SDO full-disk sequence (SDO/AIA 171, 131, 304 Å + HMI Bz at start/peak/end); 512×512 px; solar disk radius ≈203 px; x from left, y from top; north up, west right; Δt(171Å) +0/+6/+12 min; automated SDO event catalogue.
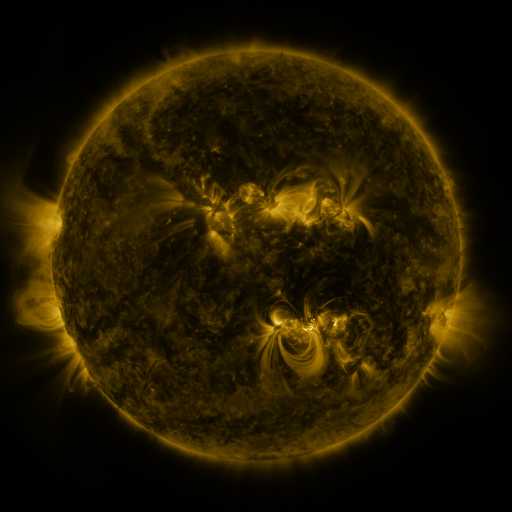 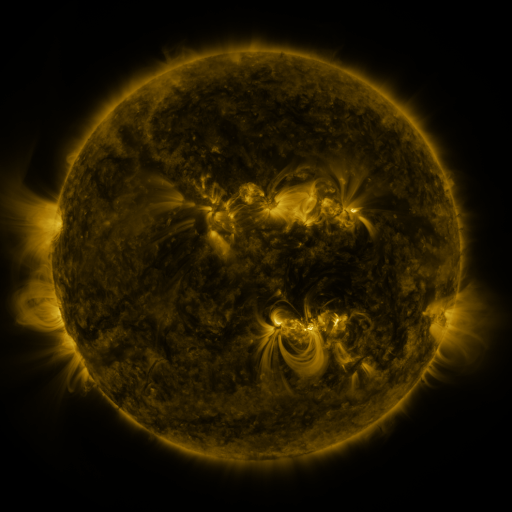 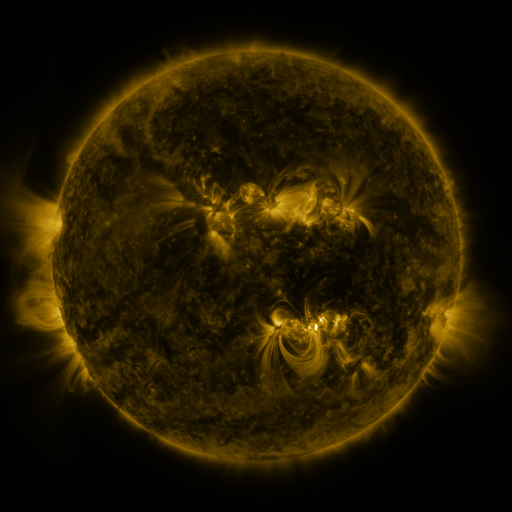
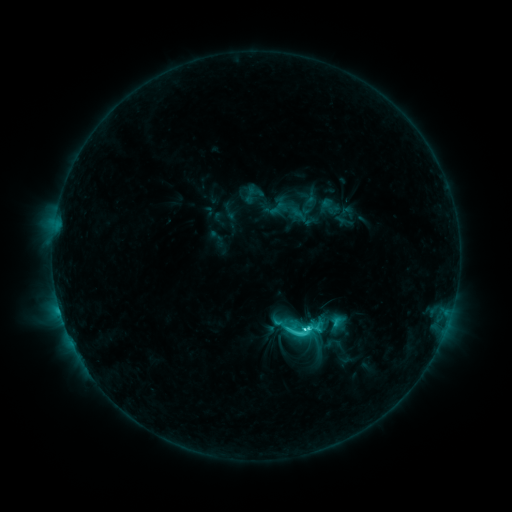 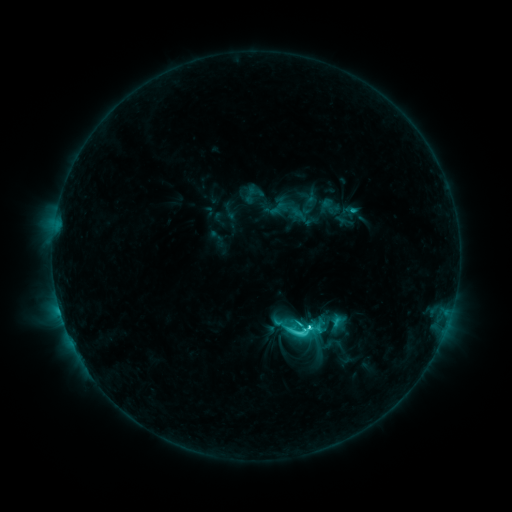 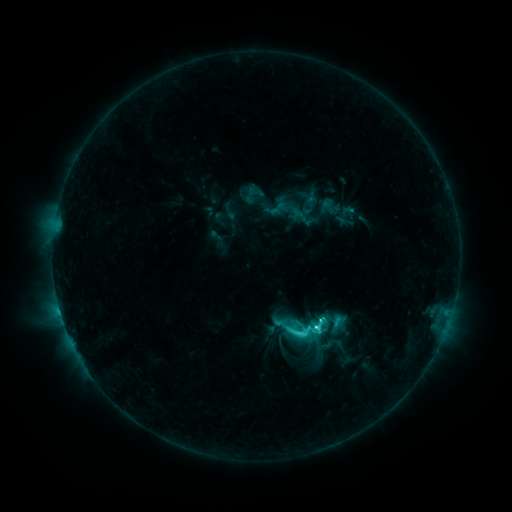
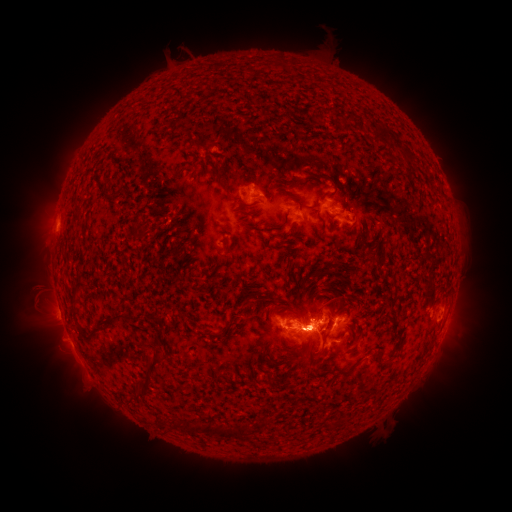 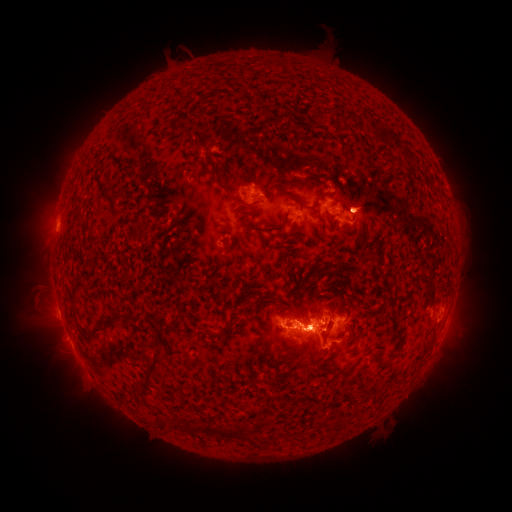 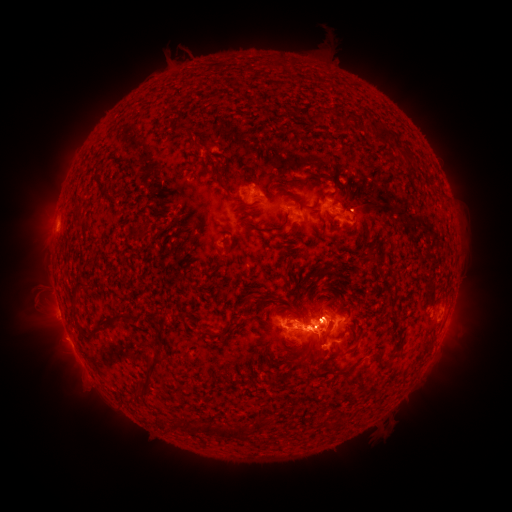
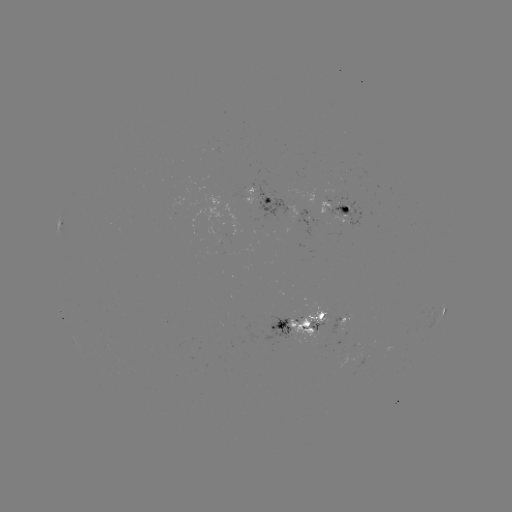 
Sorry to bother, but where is eruption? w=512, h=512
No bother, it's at (42, 219).